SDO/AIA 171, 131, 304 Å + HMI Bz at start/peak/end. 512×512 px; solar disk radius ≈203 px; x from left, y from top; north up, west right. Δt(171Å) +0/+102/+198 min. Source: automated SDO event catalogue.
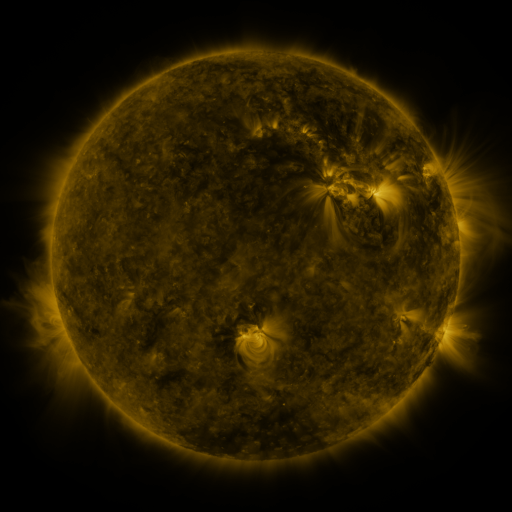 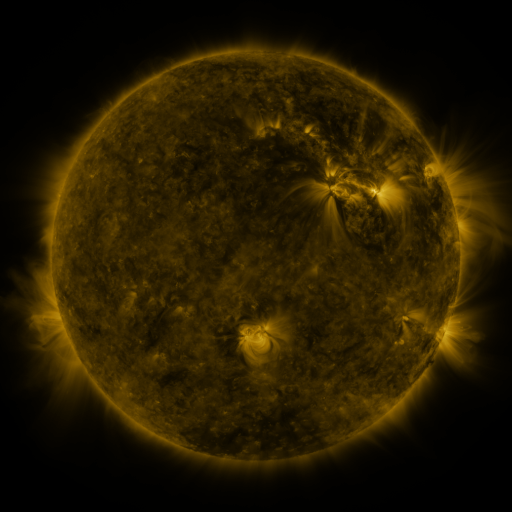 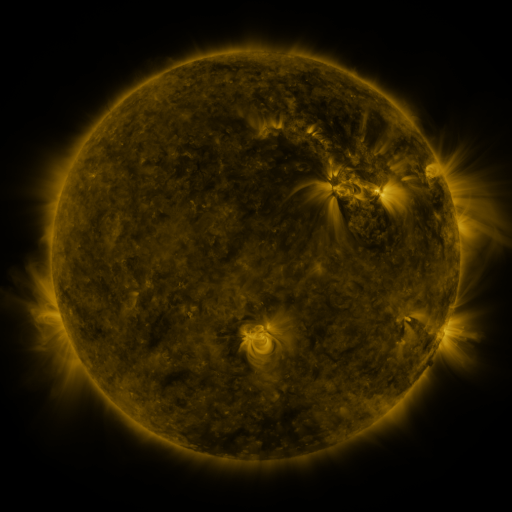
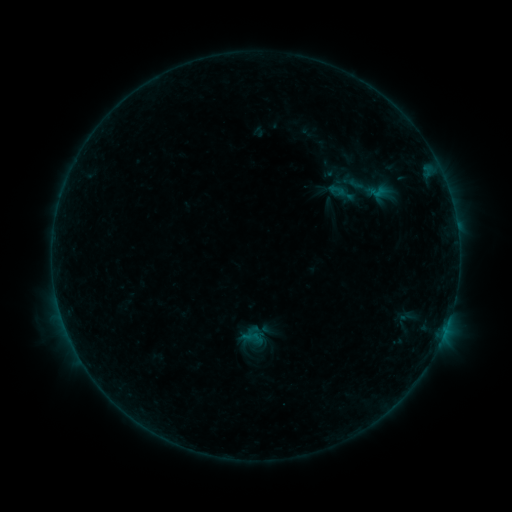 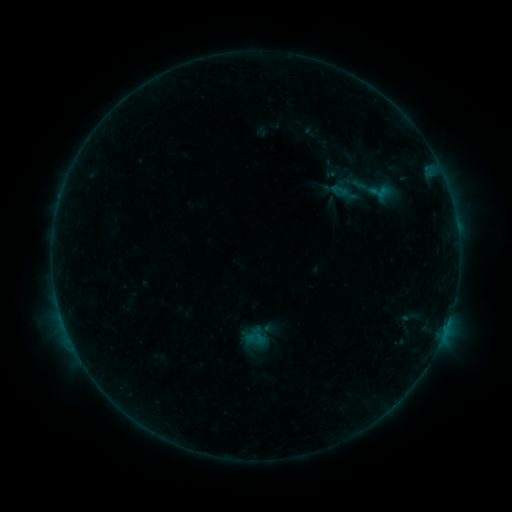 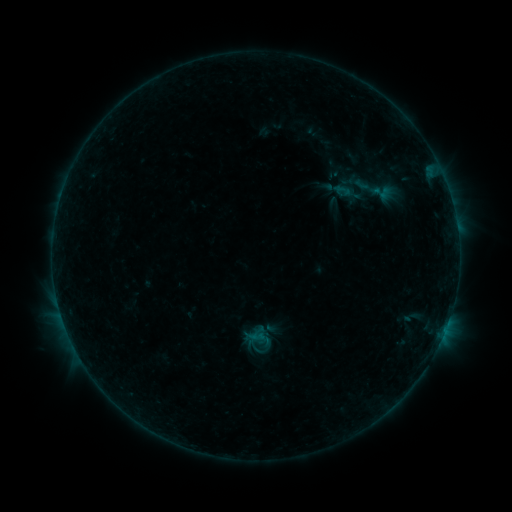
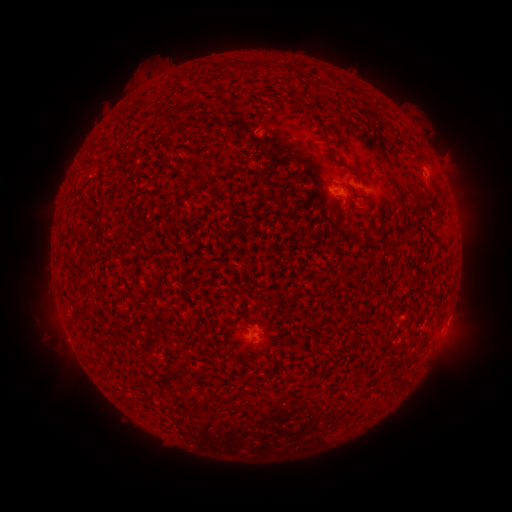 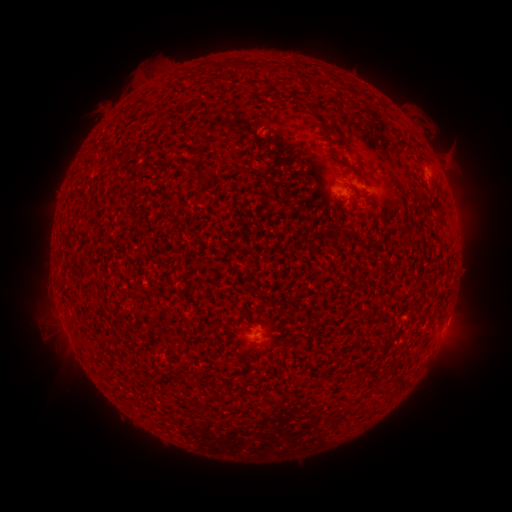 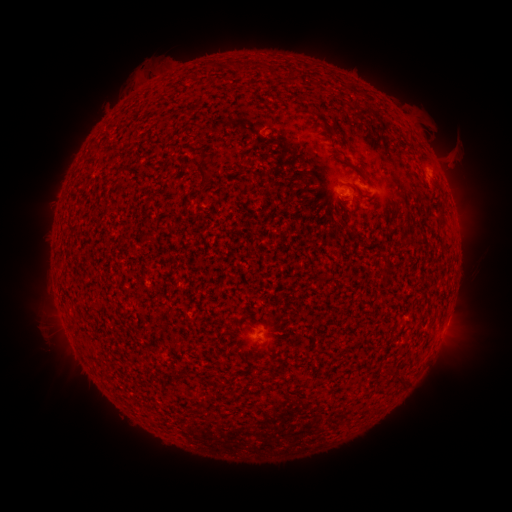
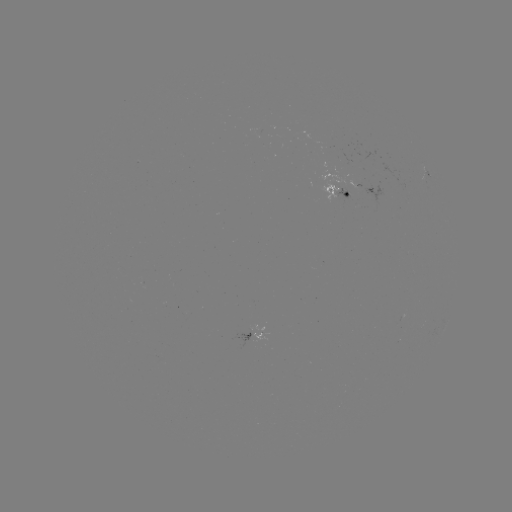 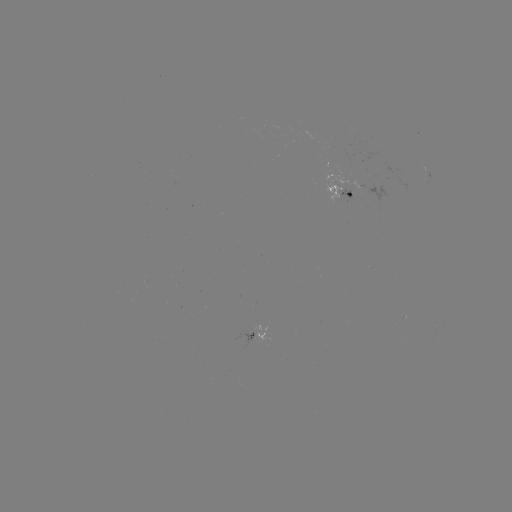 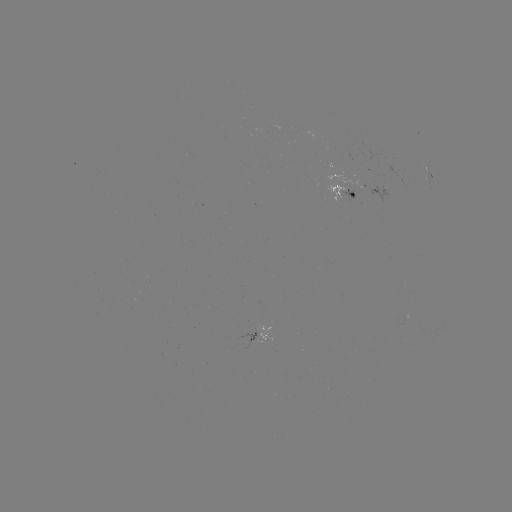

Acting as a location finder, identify B4.7 flare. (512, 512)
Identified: [373, 194].